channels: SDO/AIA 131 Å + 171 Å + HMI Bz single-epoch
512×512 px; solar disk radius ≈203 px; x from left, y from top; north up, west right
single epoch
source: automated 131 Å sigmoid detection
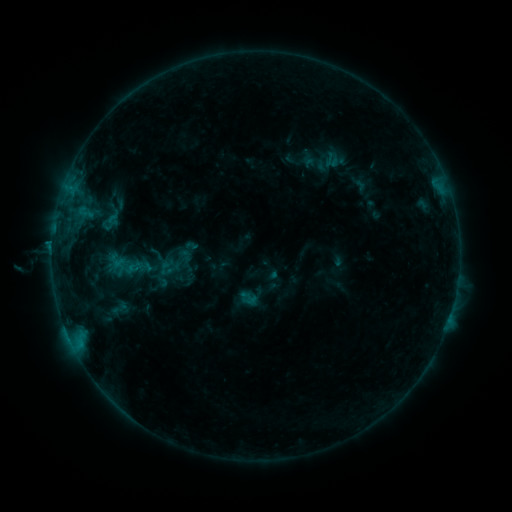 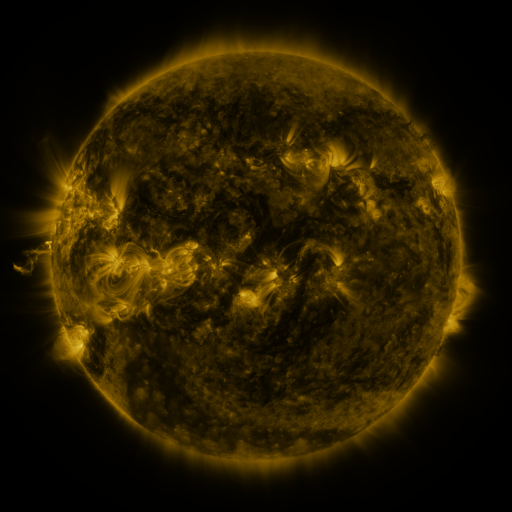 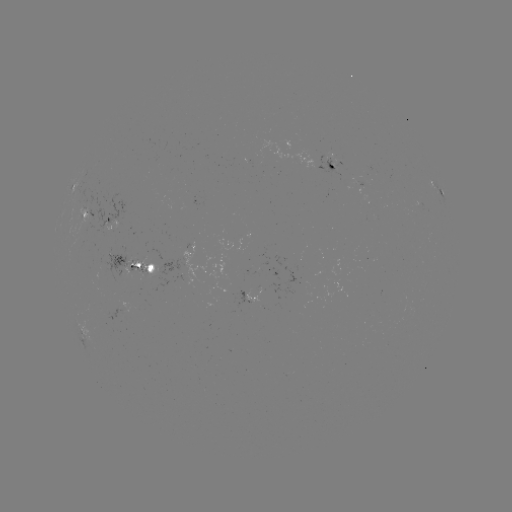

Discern sigmoid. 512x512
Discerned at [124, 268].